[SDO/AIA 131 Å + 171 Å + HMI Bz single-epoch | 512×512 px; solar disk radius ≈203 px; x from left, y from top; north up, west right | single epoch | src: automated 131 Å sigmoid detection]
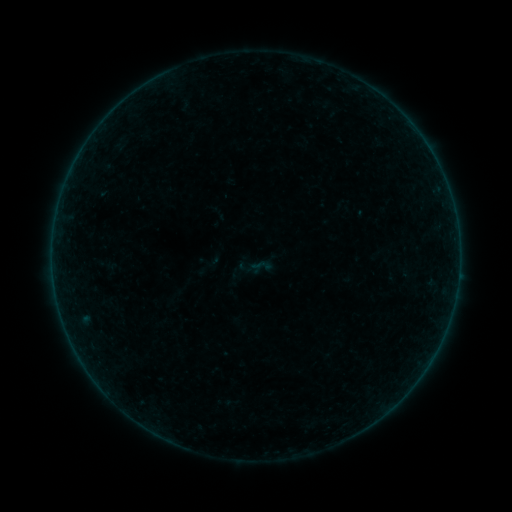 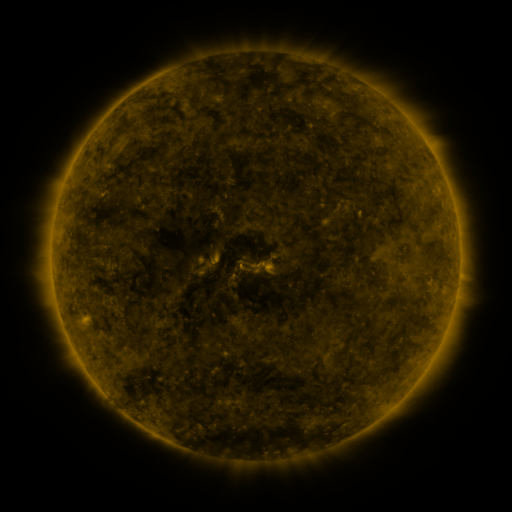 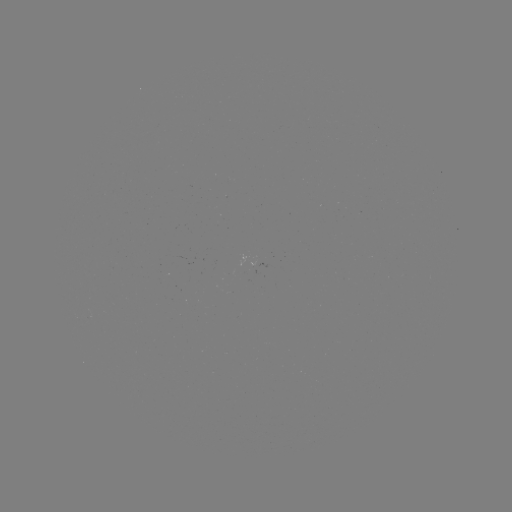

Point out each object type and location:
sigmoid: (261, 266)
